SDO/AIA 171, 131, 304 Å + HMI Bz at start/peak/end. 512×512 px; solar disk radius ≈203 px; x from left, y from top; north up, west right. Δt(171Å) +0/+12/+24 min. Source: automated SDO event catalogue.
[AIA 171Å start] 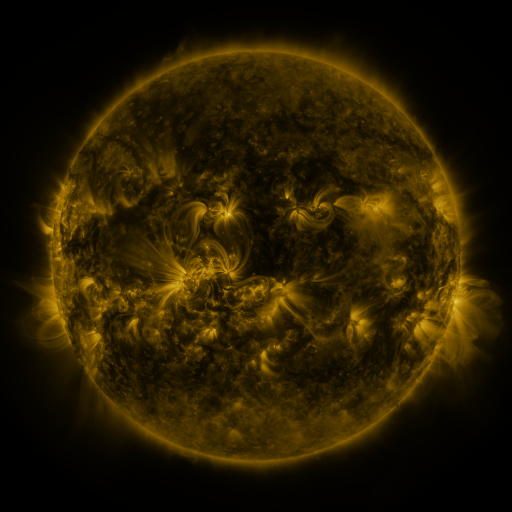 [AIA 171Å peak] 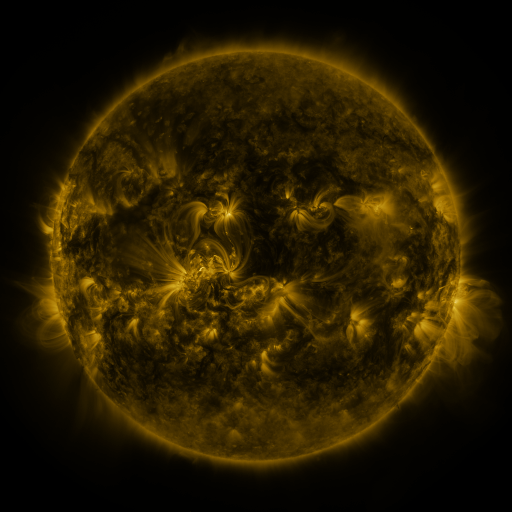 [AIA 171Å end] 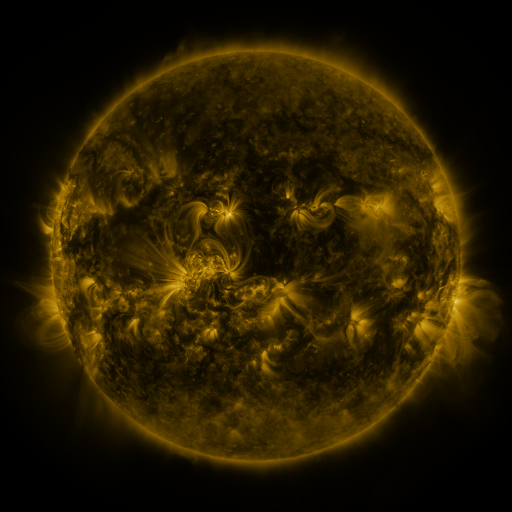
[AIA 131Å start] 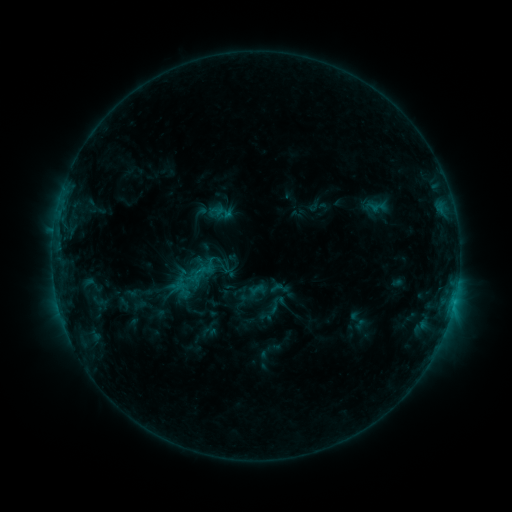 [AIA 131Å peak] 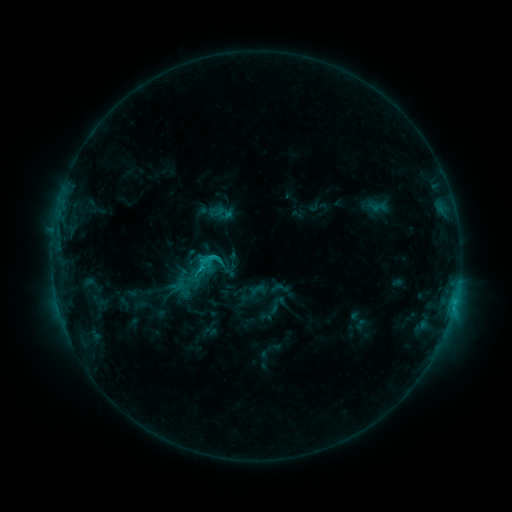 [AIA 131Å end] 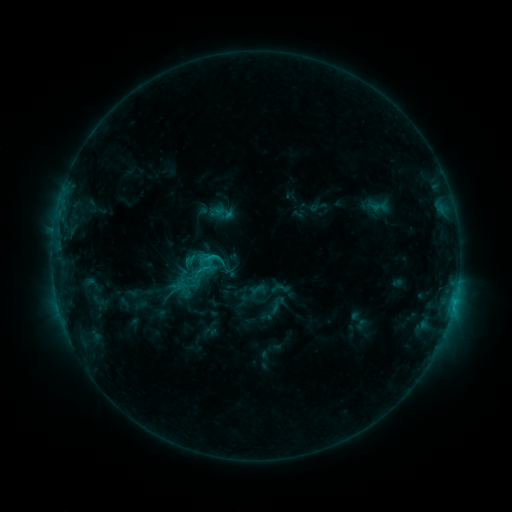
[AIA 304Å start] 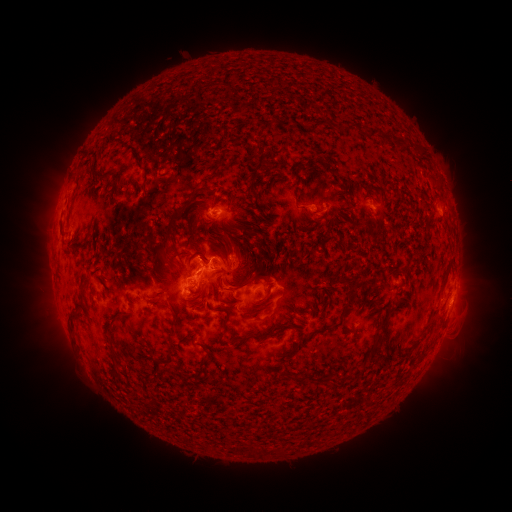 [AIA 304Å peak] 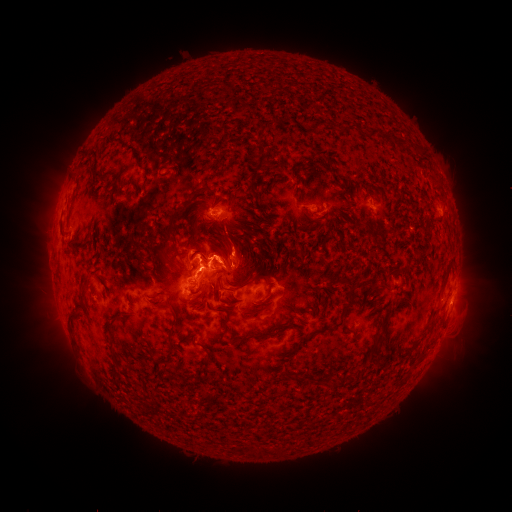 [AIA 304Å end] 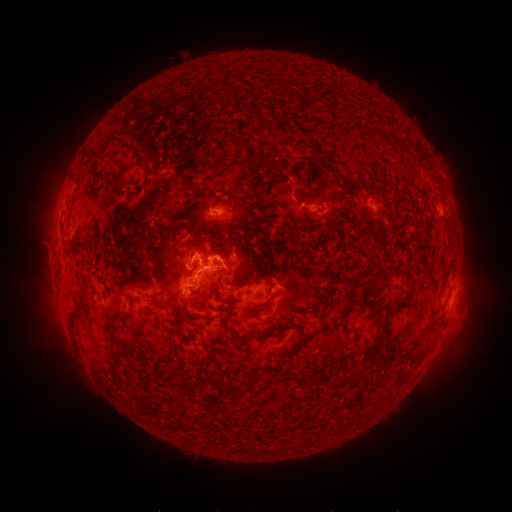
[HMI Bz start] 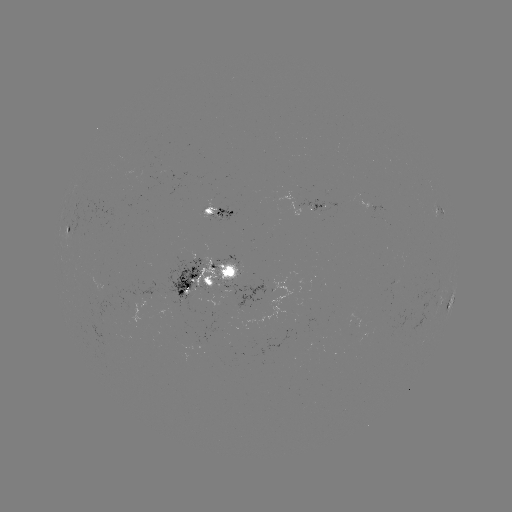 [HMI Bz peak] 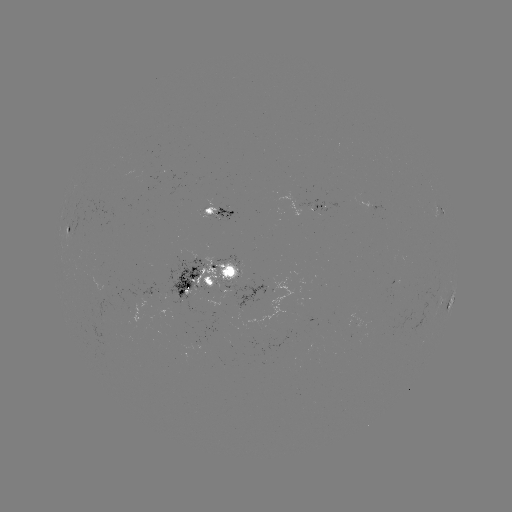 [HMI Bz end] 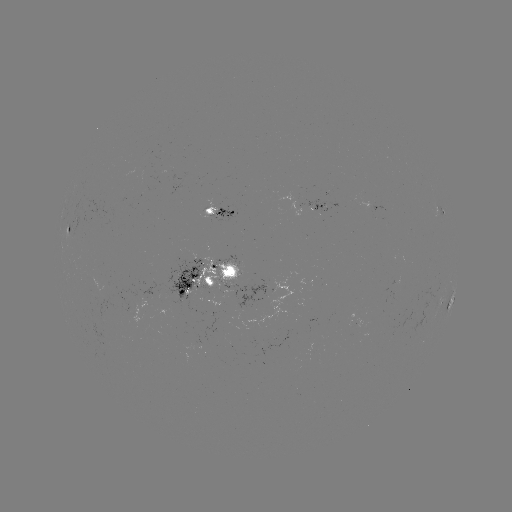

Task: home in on eruption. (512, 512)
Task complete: [198, 245].